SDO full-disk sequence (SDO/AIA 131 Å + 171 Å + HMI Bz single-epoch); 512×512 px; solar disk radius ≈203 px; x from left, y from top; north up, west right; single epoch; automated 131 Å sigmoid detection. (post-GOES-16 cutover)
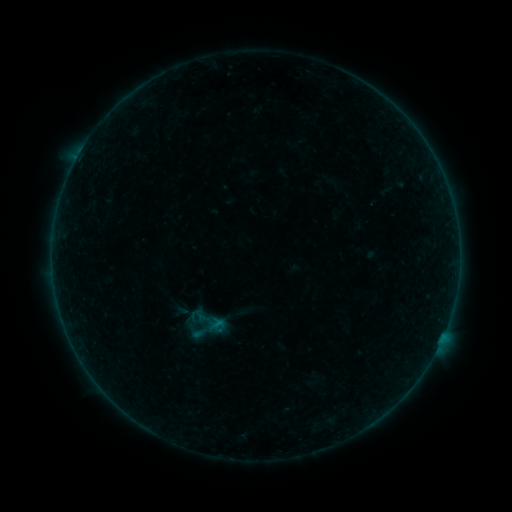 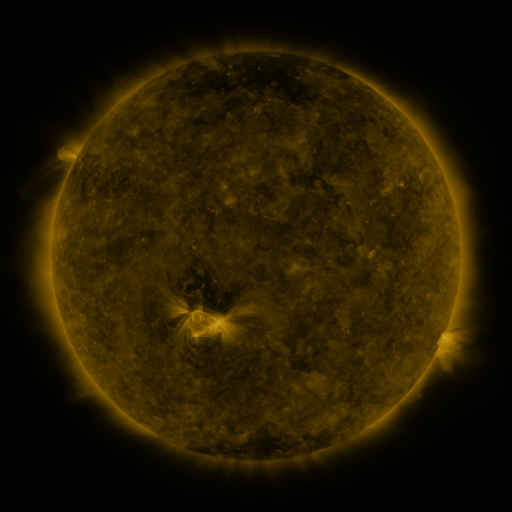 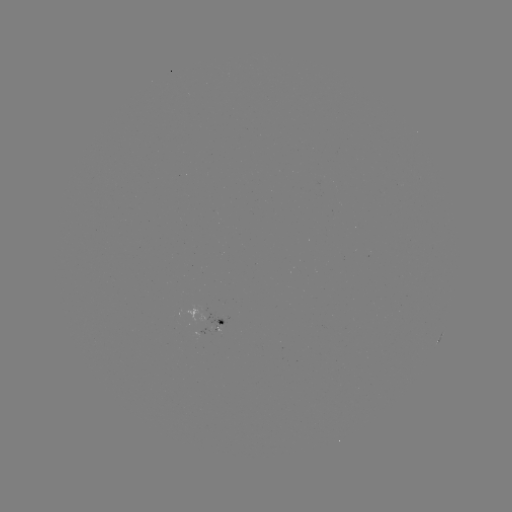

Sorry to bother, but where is sigmoid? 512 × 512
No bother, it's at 209,322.